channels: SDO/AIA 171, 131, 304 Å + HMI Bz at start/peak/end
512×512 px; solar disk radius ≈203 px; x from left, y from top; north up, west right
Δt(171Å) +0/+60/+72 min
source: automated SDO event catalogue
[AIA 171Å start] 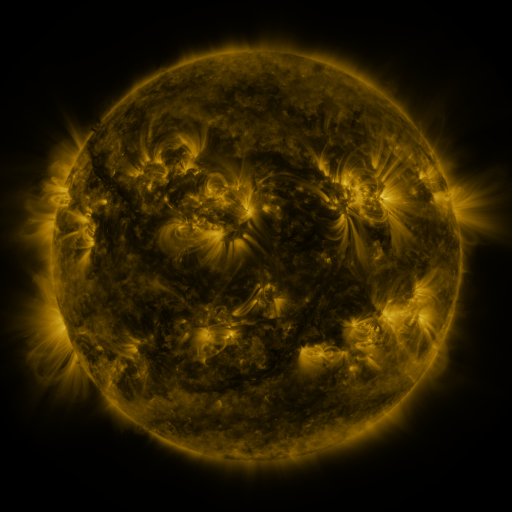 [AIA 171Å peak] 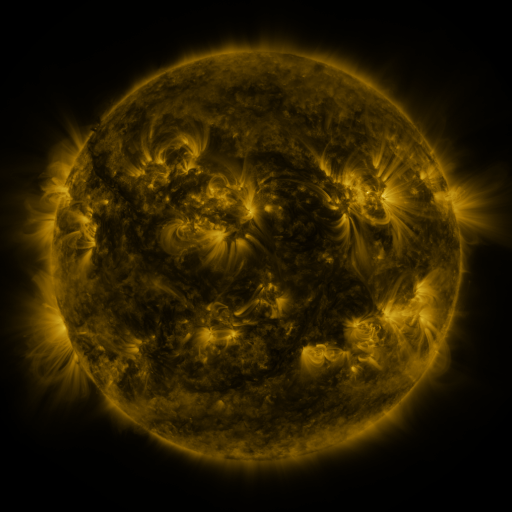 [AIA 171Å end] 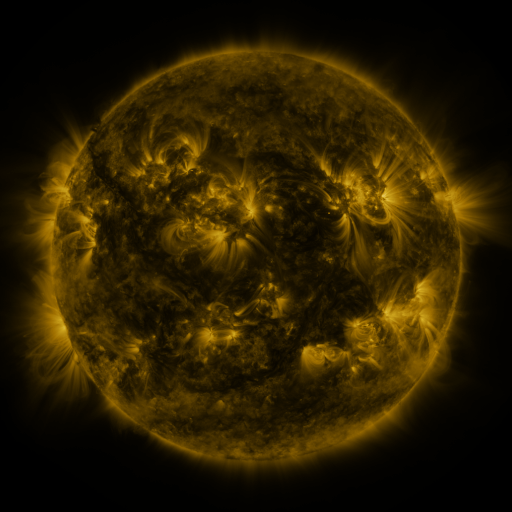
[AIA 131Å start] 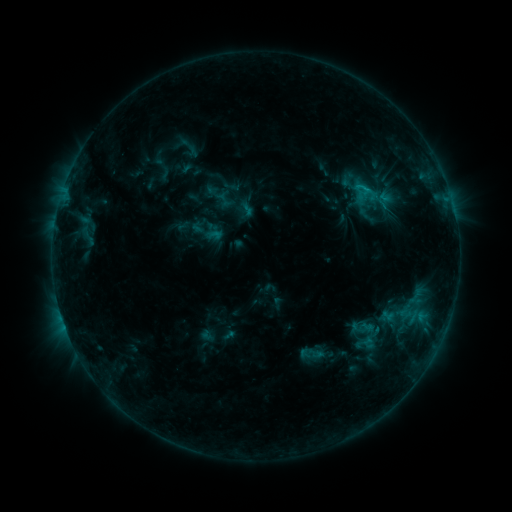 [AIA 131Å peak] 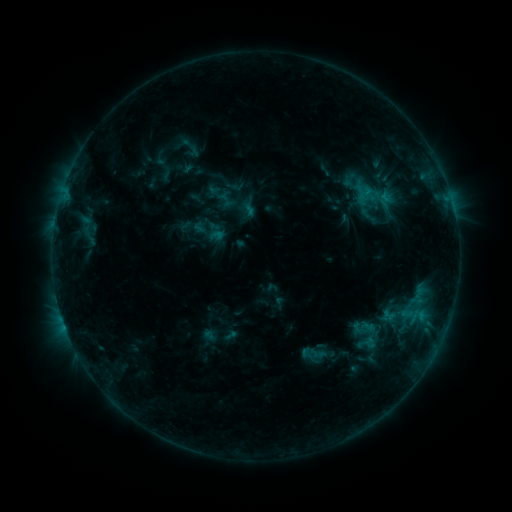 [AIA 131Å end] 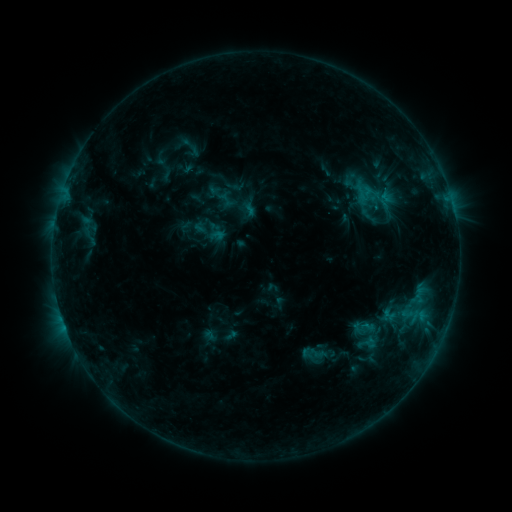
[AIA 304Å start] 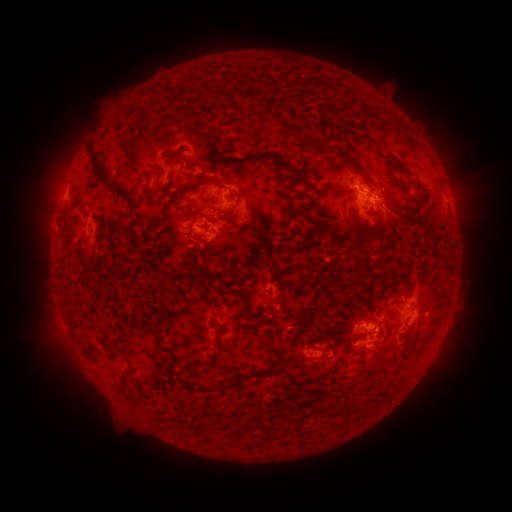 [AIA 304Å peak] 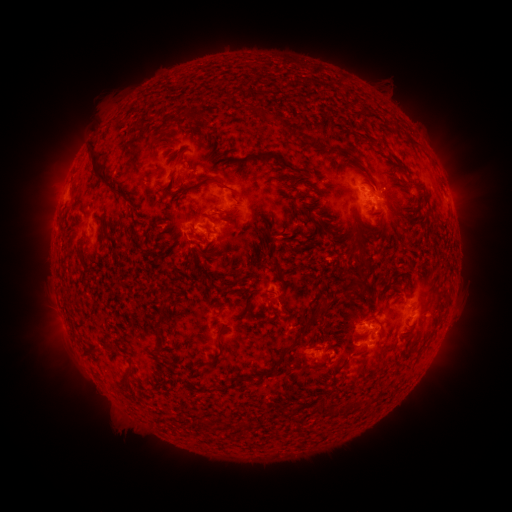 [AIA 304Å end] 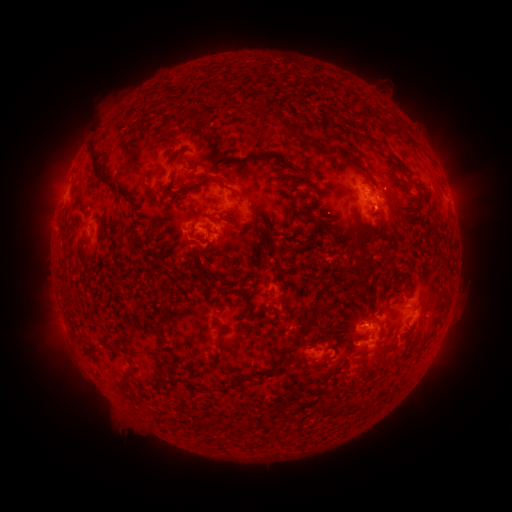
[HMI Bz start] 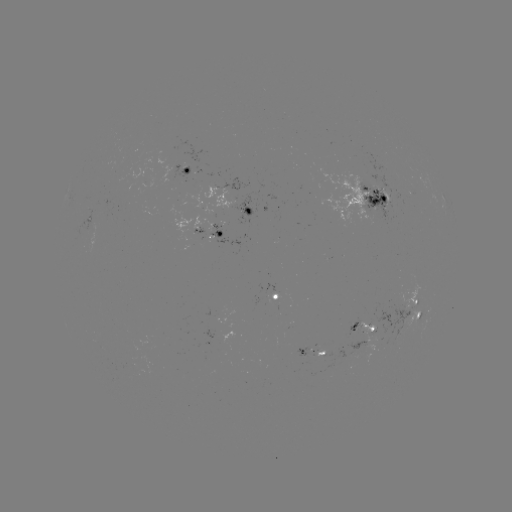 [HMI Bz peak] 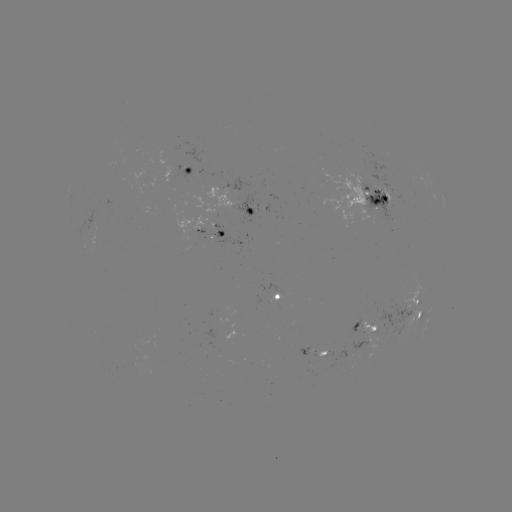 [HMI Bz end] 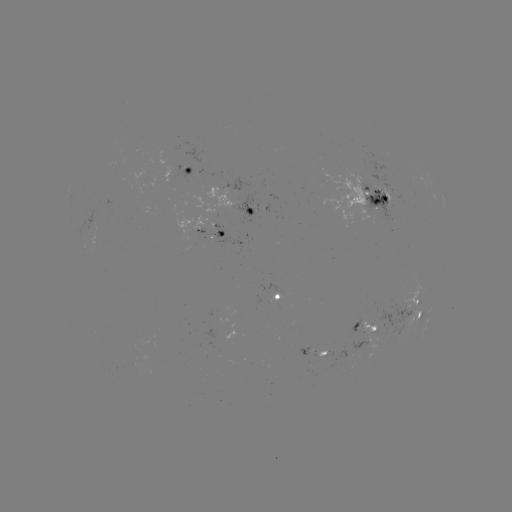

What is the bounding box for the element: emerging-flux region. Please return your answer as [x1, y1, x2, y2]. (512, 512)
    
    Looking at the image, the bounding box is [361, 307, 377, 333].